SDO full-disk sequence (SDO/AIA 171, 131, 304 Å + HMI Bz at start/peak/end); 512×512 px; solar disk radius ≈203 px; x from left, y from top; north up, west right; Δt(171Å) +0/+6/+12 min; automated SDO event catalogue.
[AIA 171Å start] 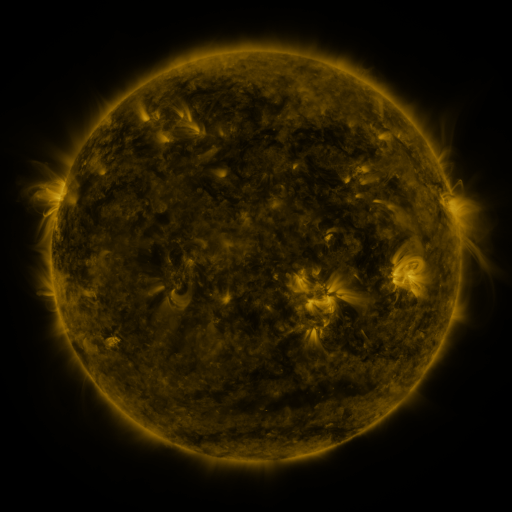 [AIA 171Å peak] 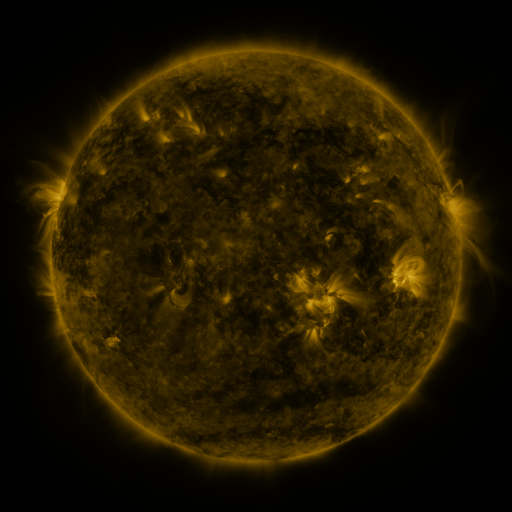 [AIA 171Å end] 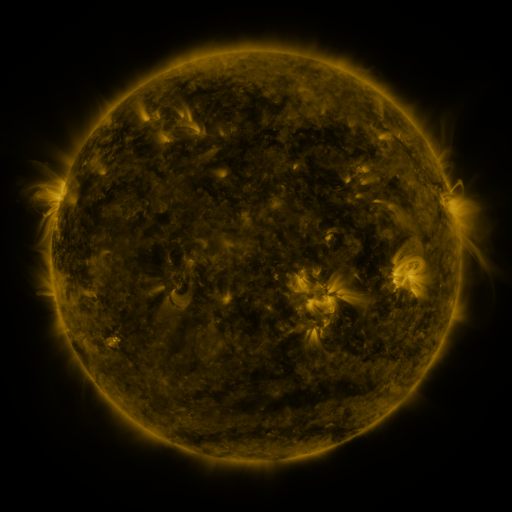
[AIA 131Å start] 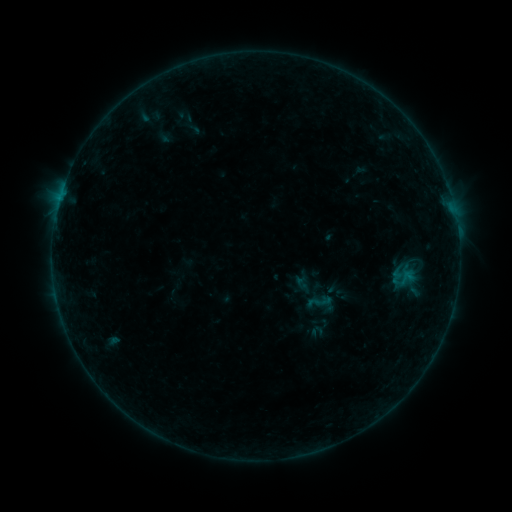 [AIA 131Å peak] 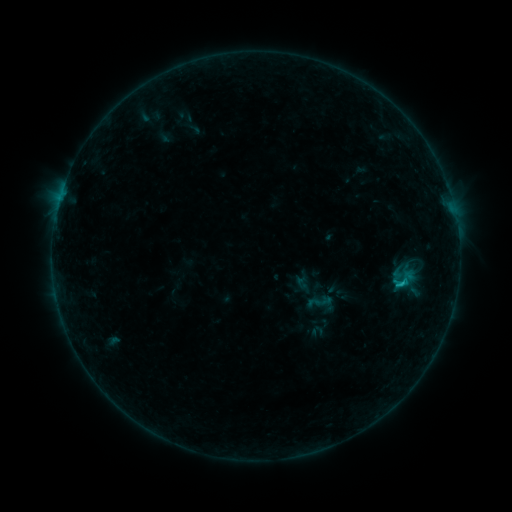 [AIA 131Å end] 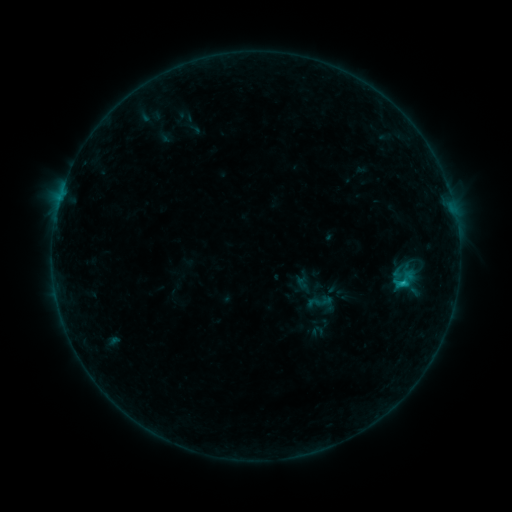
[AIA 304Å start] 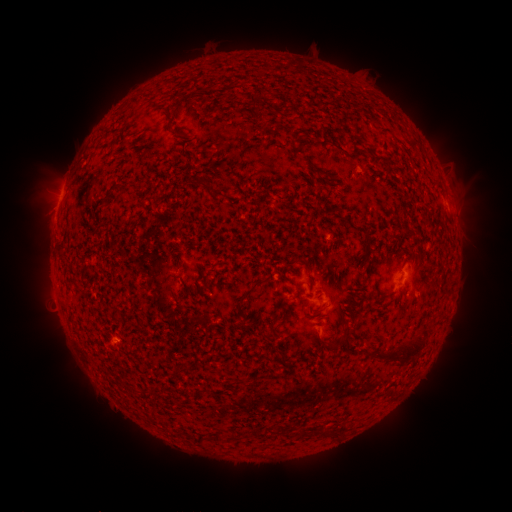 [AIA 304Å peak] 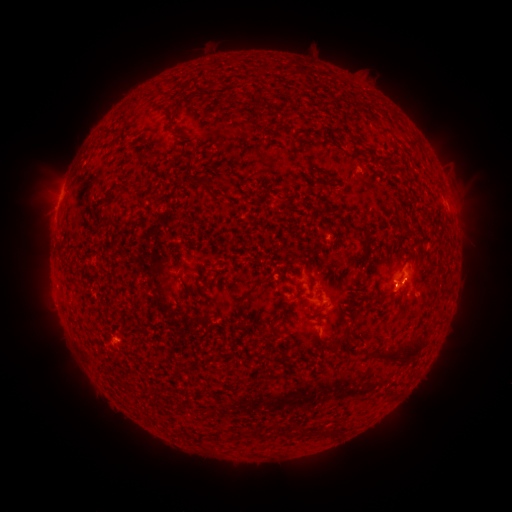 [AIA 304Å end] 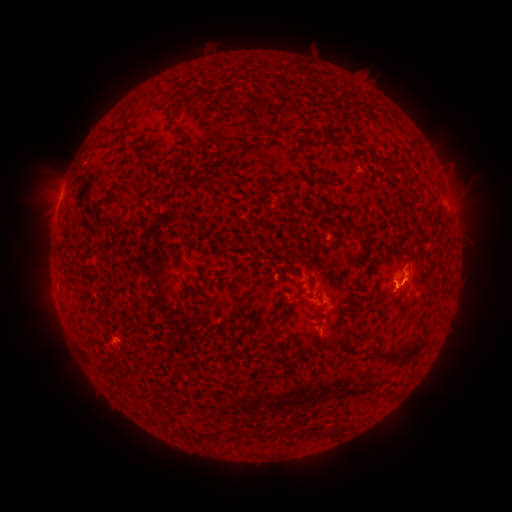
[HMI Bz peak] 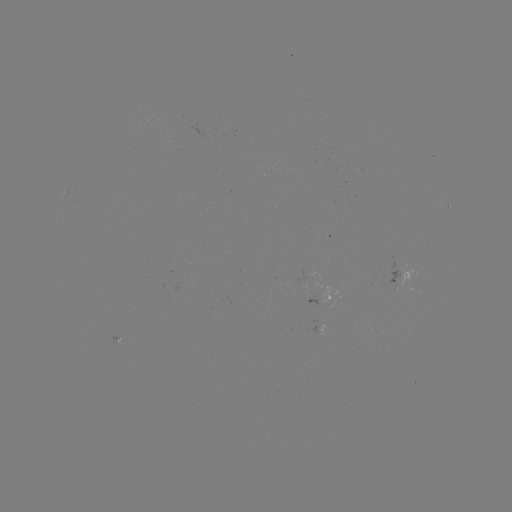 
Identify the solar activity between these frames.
B9.8 flare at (401, 281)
